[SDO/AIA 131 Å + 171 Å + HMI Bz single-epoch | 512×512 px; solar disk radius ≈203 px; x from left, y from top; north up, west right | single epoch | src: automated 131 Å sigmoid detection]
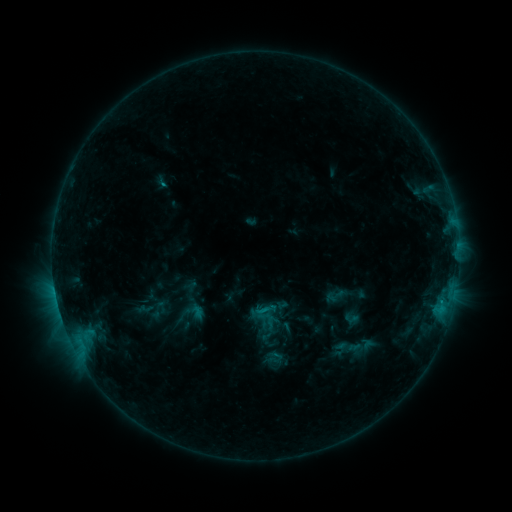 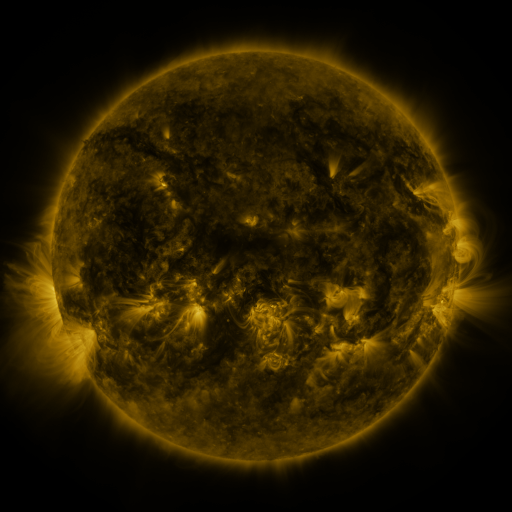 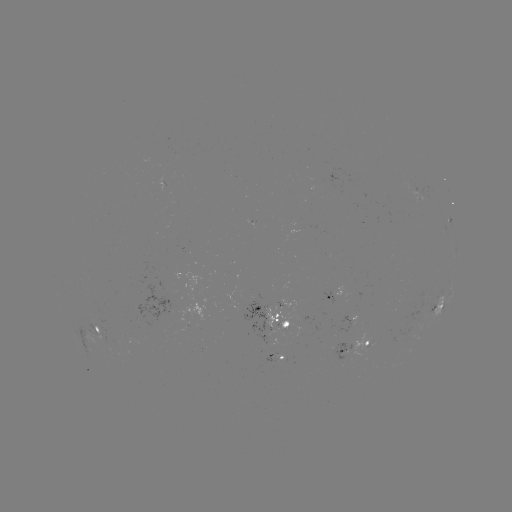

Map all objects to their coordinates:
sigmoid: (266, 310)
